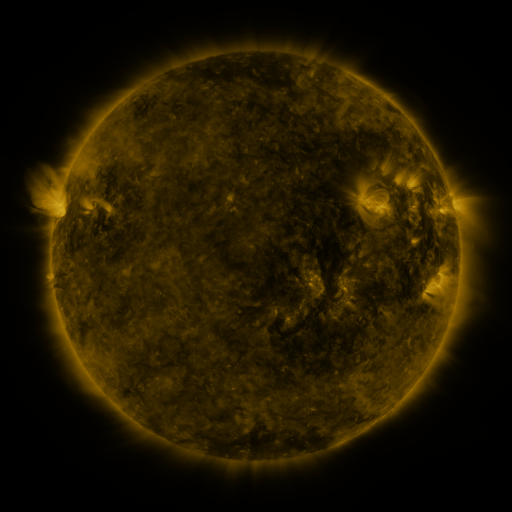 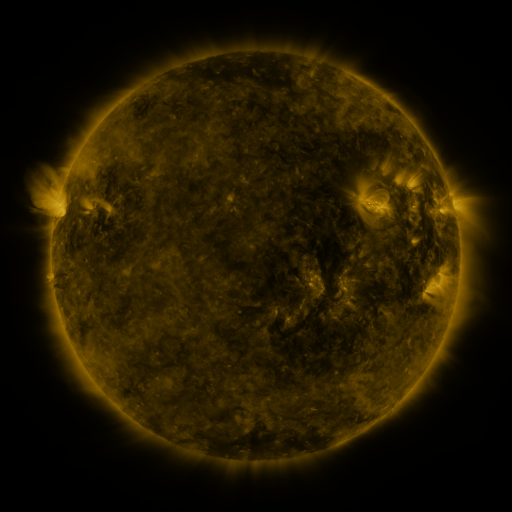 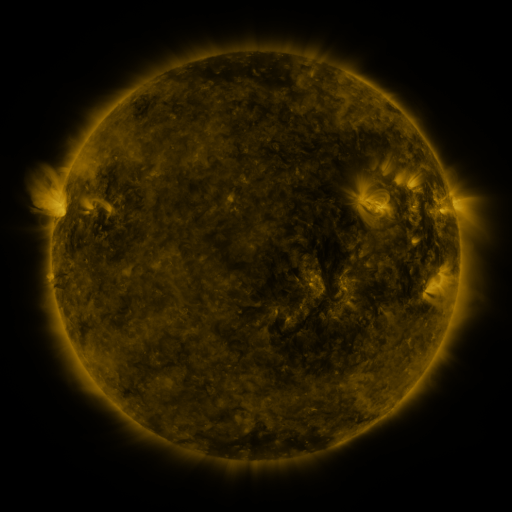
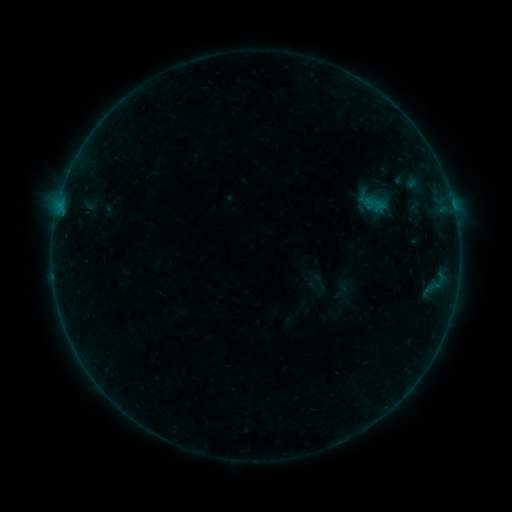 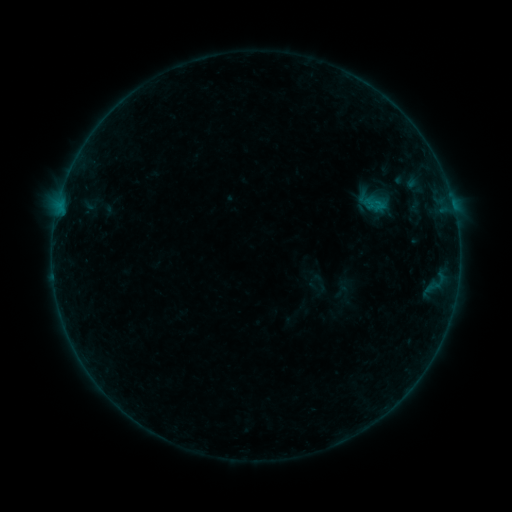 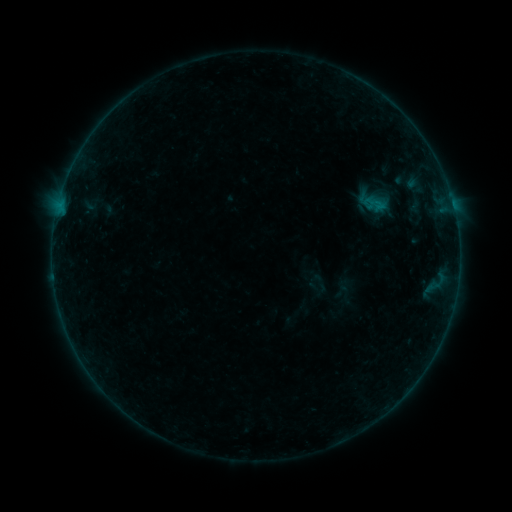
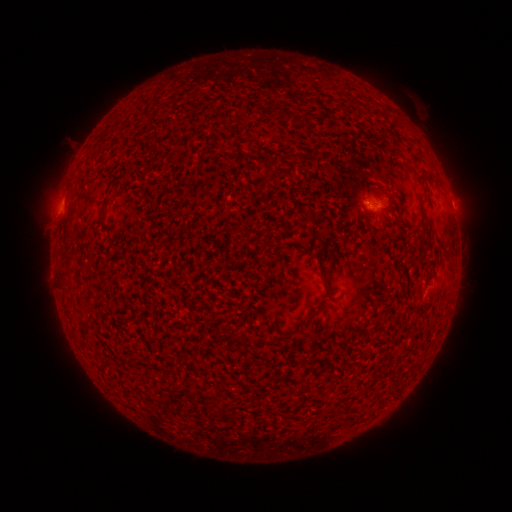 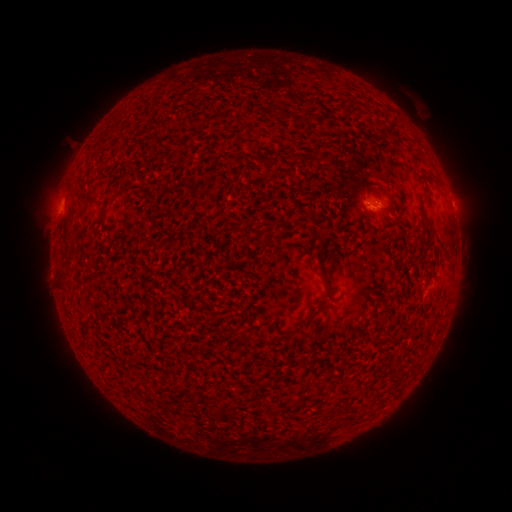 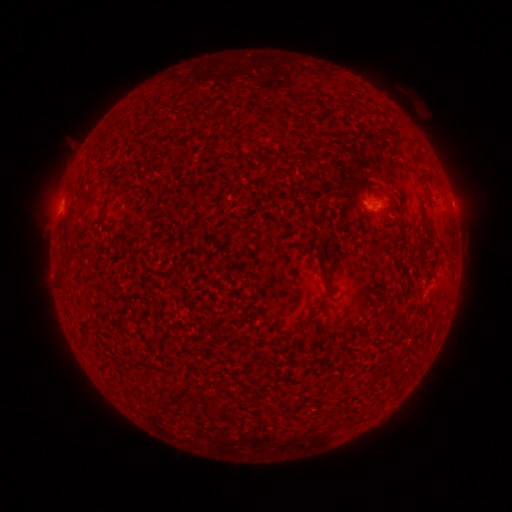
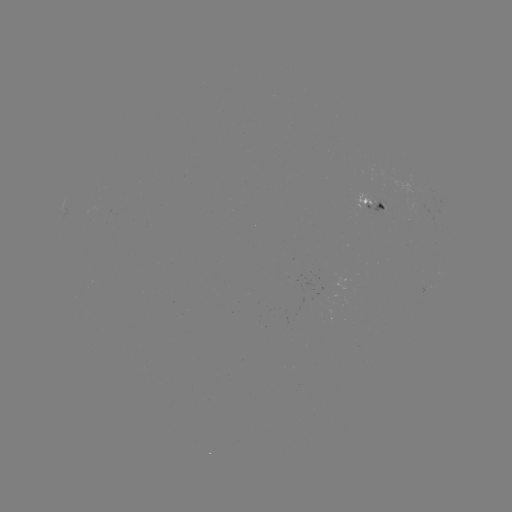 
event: flare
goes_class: B1.2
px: (367, 206)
